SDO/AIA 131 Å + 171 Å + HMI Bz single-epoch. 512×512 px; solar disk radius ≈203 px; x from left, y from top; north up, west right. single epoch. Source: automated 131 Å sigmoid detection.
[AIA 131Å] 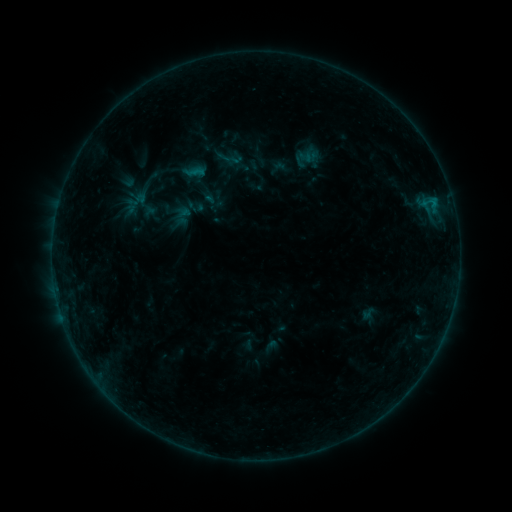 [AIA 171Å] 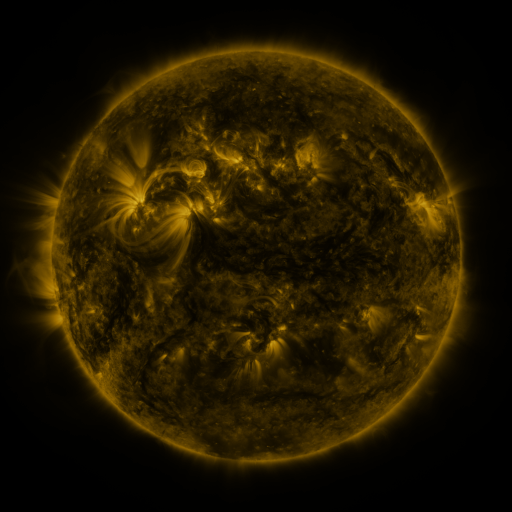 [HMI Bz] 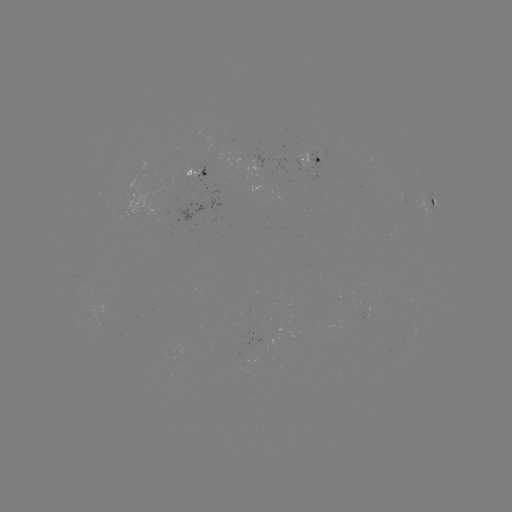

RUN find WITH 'sigmoid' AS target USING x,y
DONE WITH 228,158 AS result